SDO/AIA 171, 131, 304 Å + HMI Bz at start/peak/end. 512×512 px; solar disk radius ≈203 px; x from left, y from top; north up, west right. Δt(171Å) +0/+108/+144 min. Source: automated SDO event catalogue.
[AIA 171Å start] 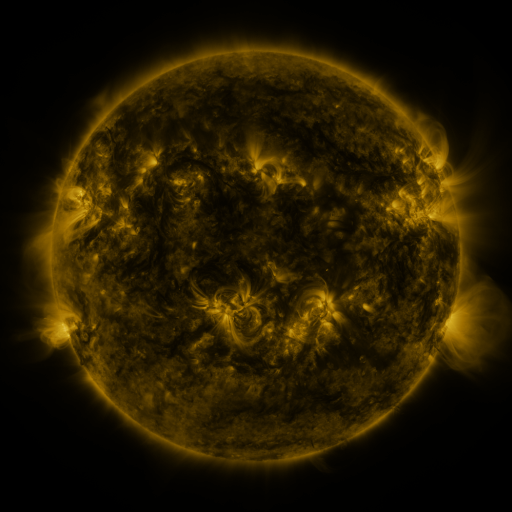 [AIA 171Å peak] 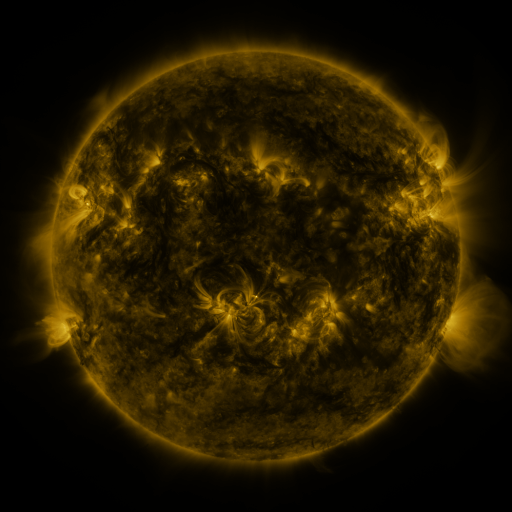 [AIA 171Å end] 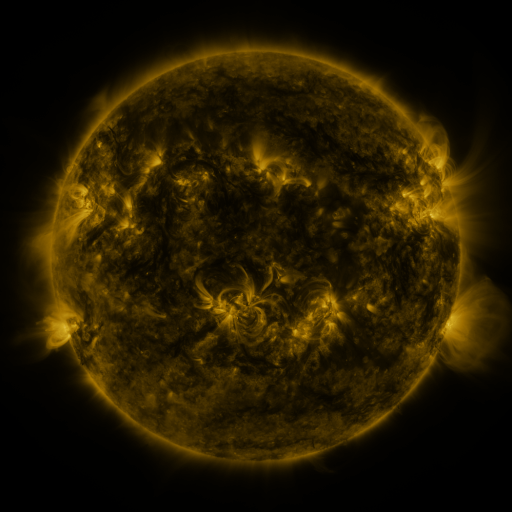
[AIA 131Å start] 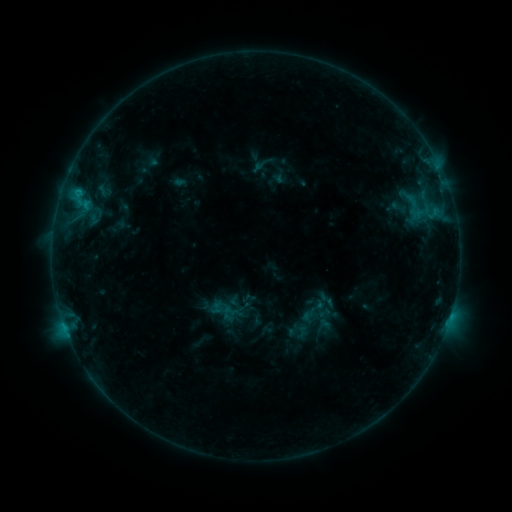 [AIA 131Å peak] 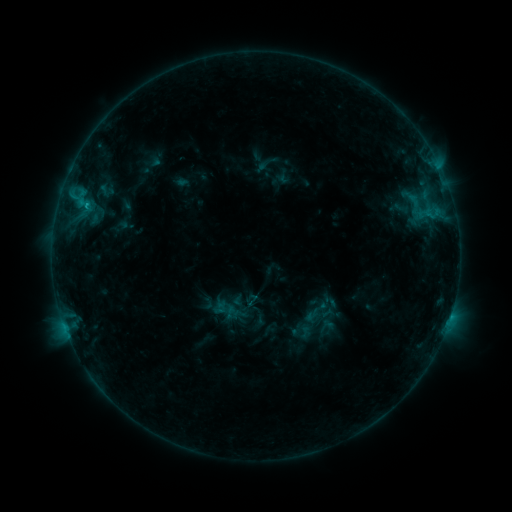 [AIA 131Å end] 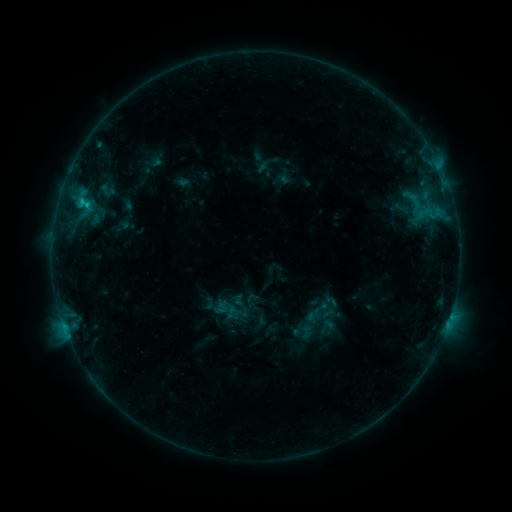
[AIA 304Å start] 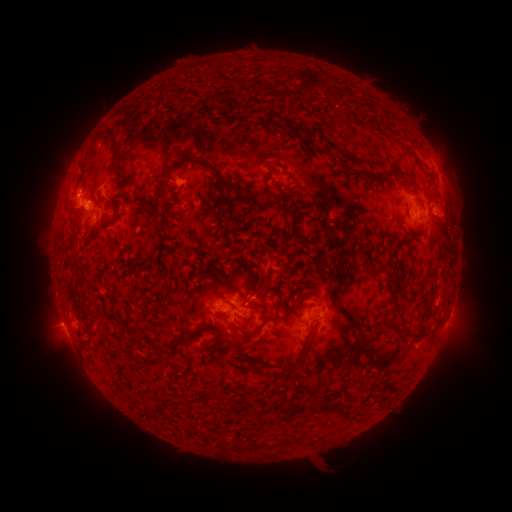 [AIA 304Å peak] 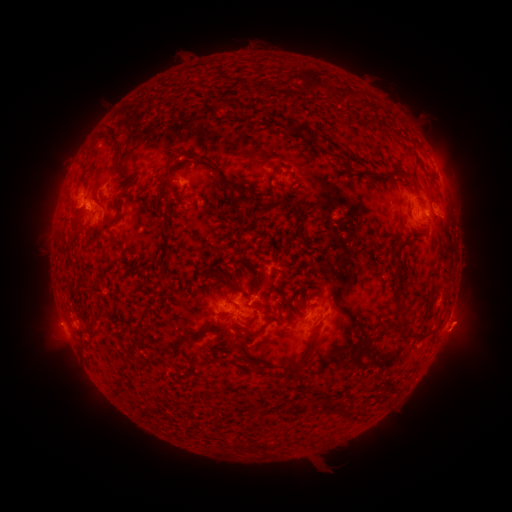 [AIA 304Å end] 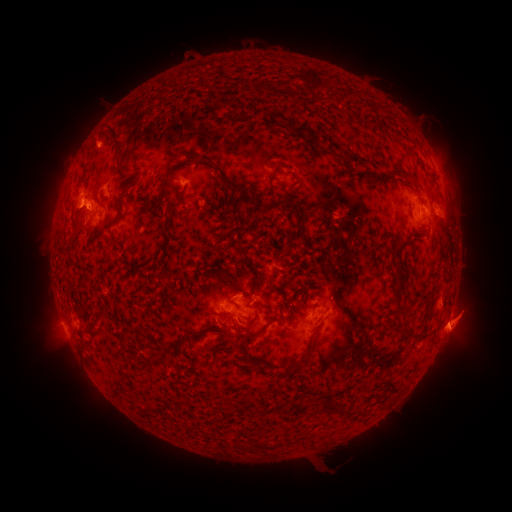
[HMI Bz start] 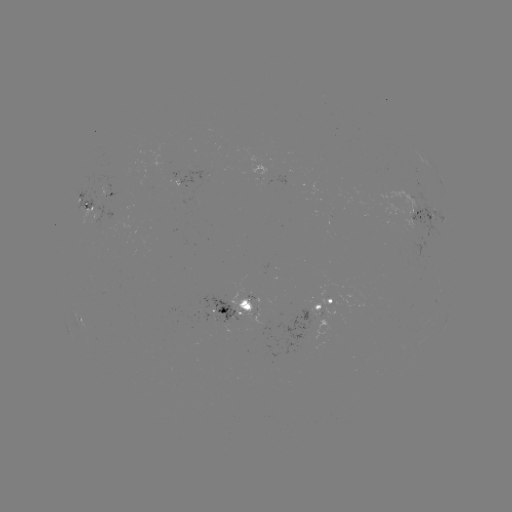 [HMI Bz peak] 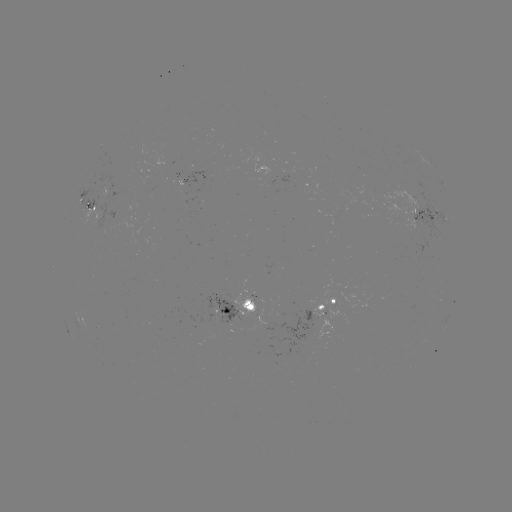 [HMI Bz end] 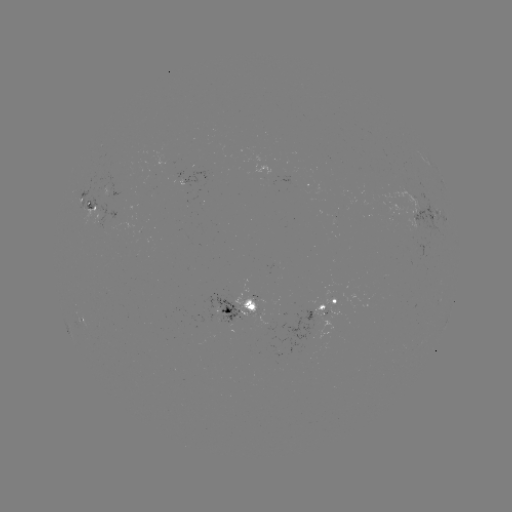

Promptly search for emerging-flux region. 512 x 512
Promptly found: [412, 200].